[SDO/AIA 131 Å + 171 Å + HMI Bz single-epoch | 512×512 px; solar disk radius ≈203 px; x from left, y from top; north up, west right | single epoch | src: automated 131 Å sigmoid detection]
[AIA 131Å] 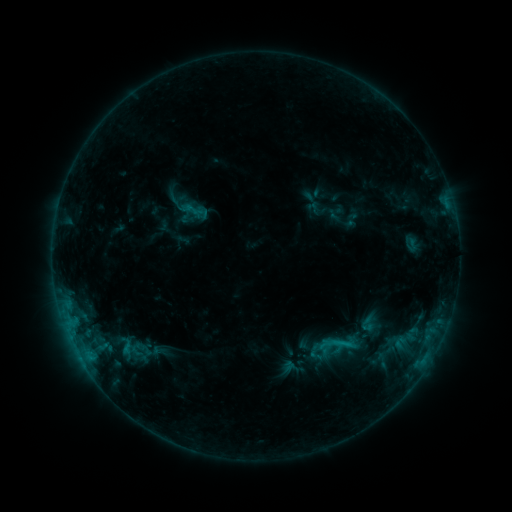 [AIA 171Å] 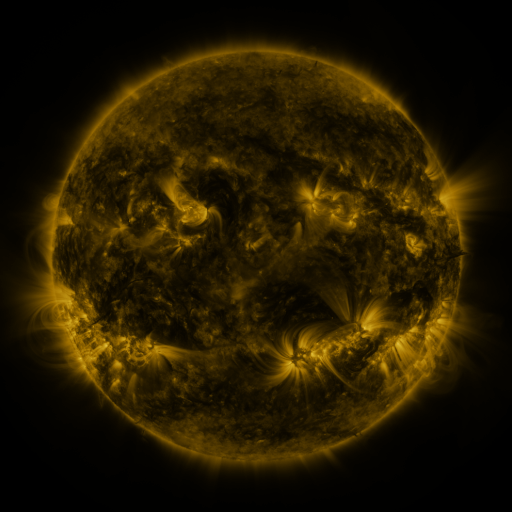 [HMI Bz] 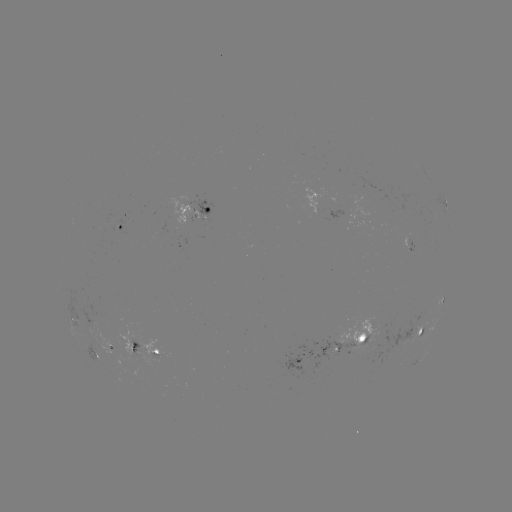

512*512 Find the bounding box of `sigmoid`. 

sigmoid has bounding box [178, 197, 203, 223].